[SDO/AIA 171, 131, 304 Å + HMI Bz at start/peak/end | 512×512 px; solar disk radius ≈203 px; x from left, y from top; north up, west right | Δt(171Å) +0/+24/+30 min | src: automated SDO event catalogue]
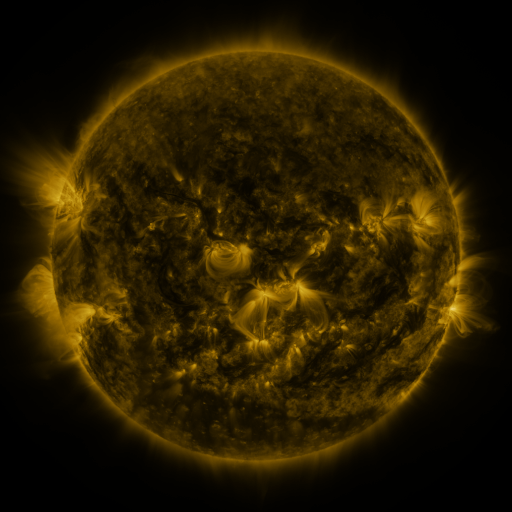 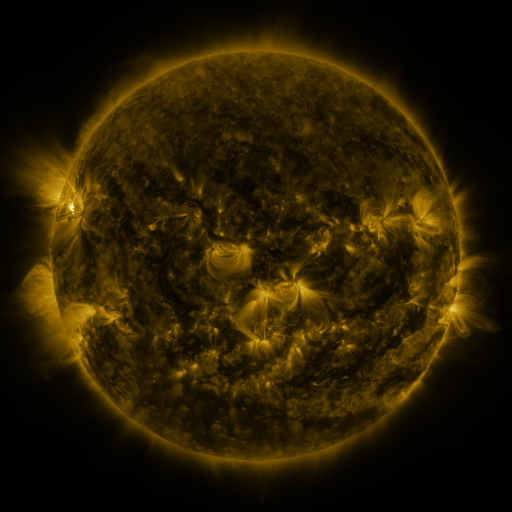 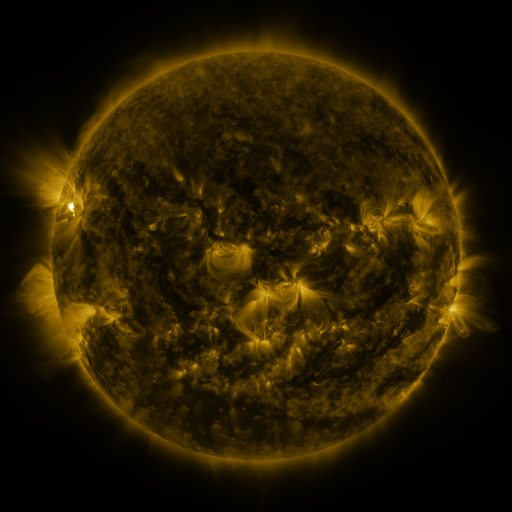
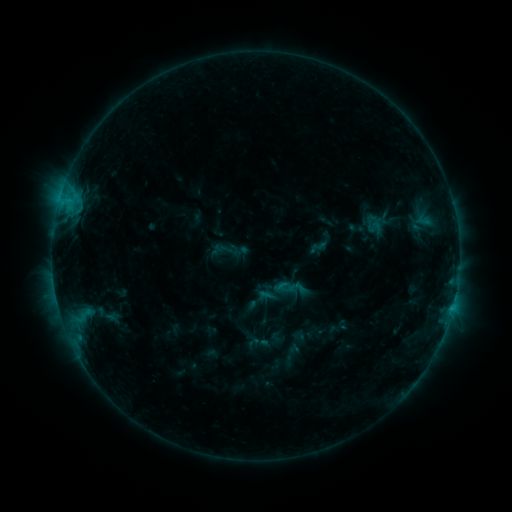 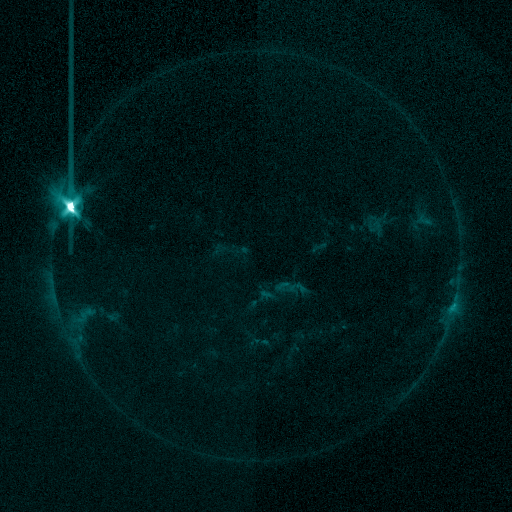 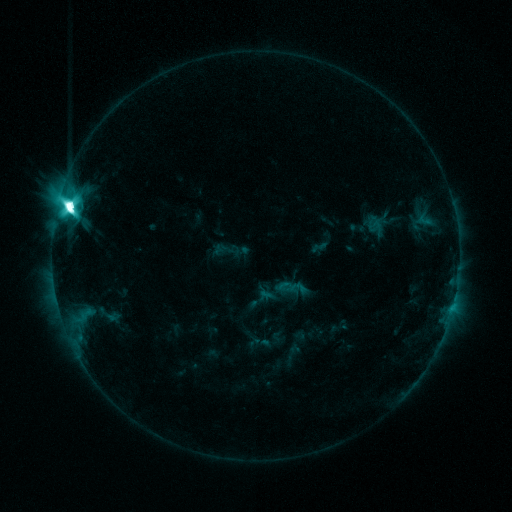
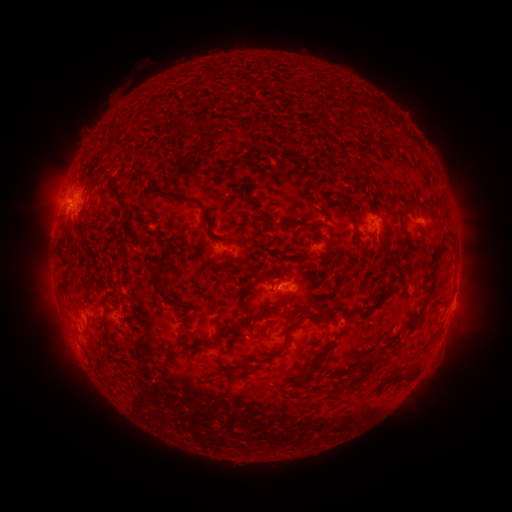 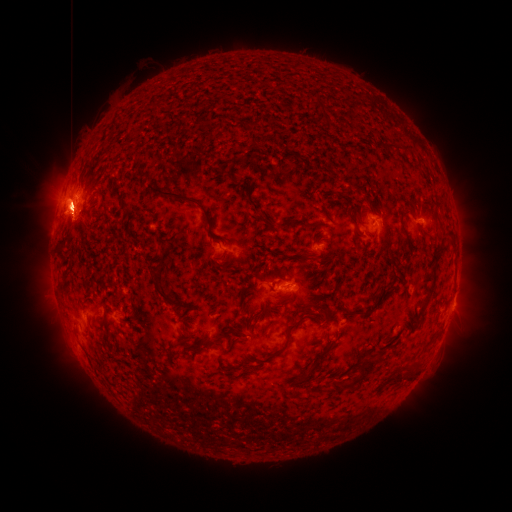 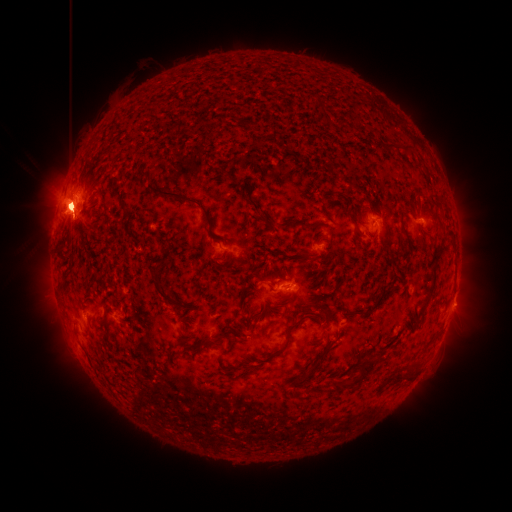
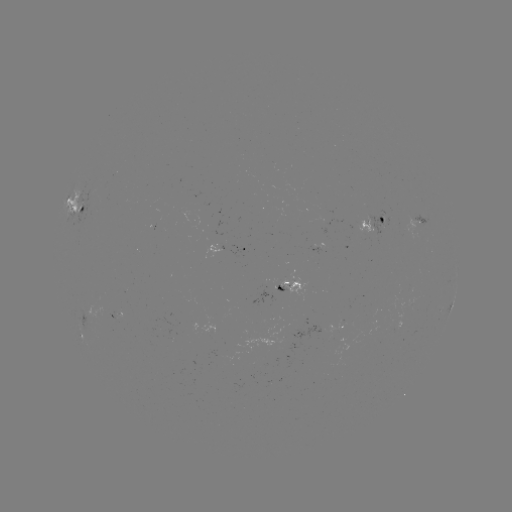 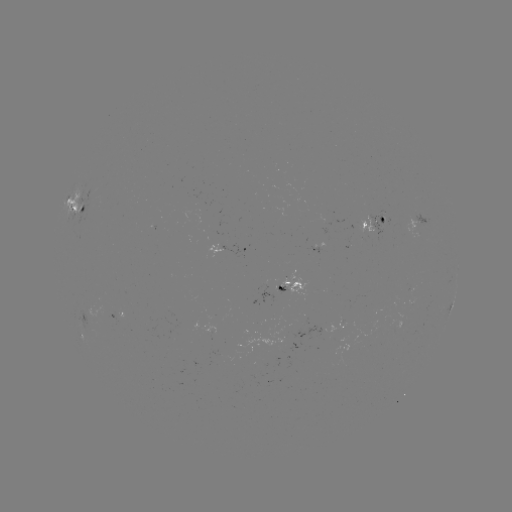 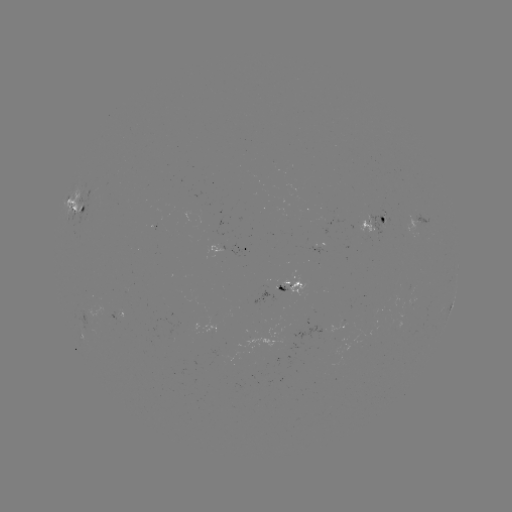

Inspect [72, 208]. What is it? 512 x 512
M7.9 flare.